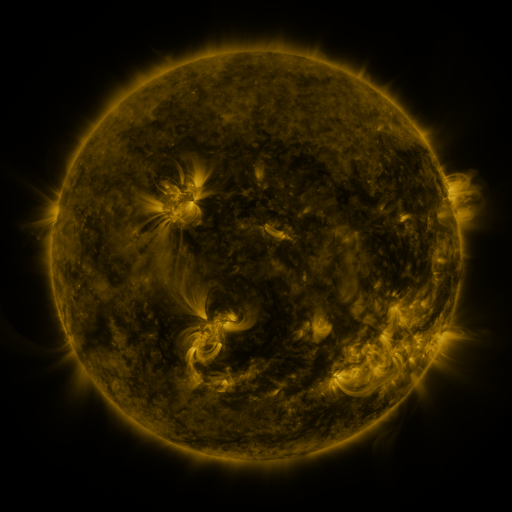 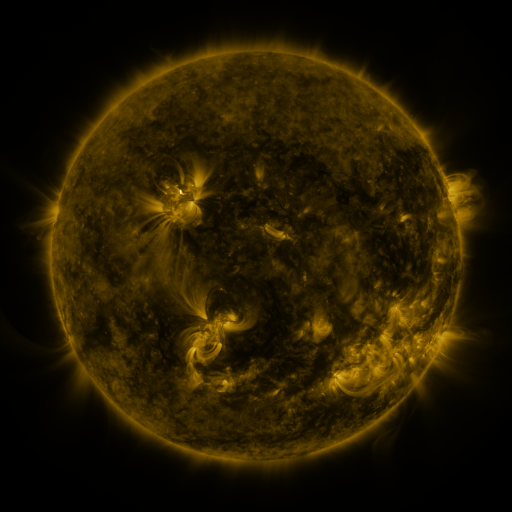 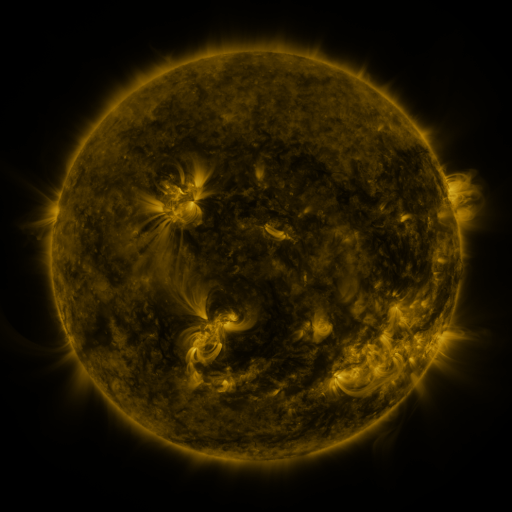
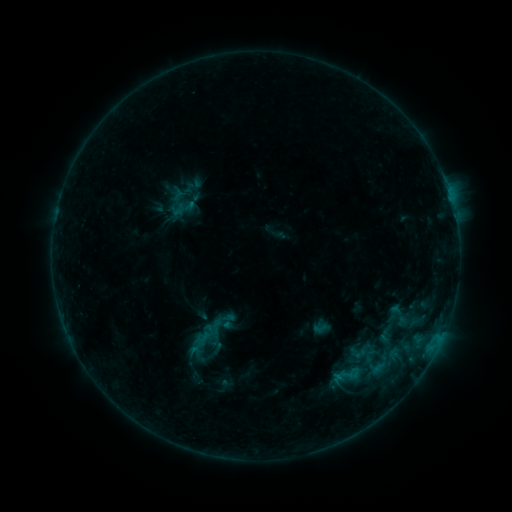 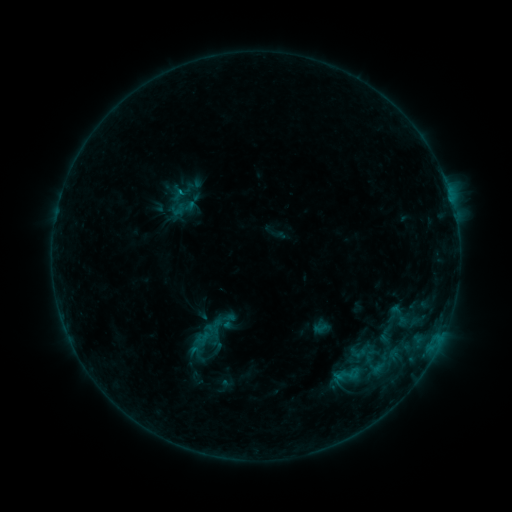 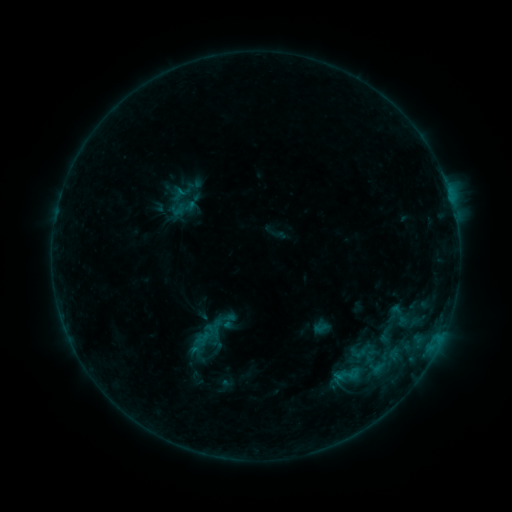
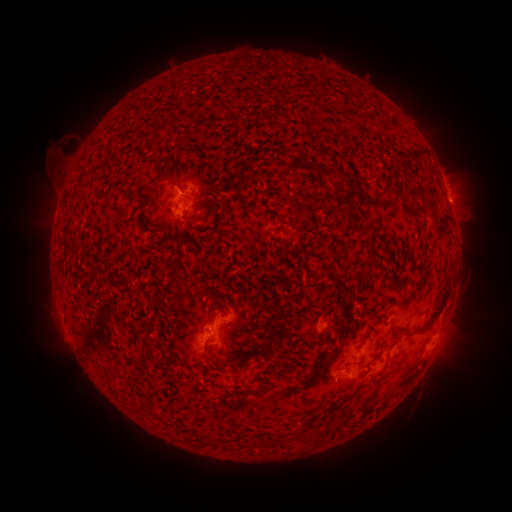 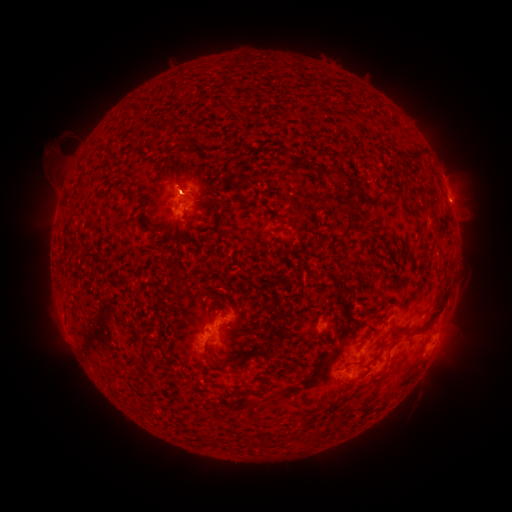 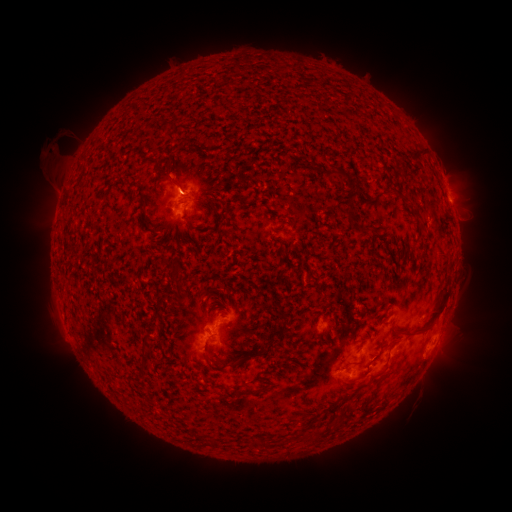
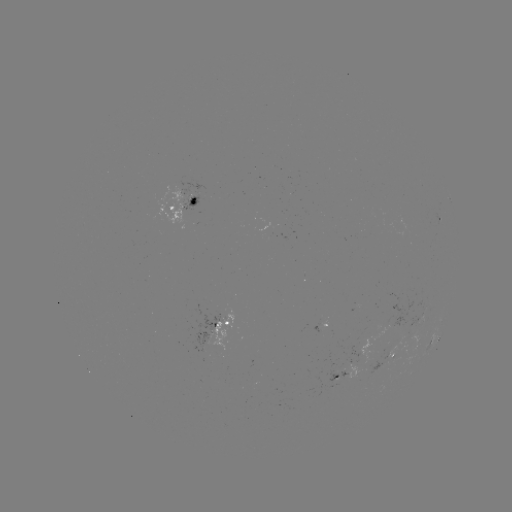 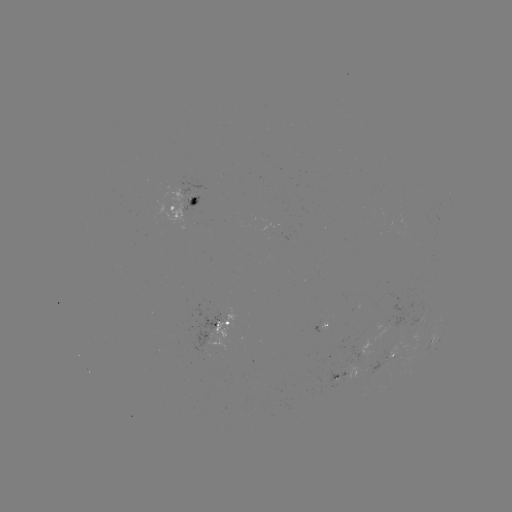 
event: eruption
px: (176, 177)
